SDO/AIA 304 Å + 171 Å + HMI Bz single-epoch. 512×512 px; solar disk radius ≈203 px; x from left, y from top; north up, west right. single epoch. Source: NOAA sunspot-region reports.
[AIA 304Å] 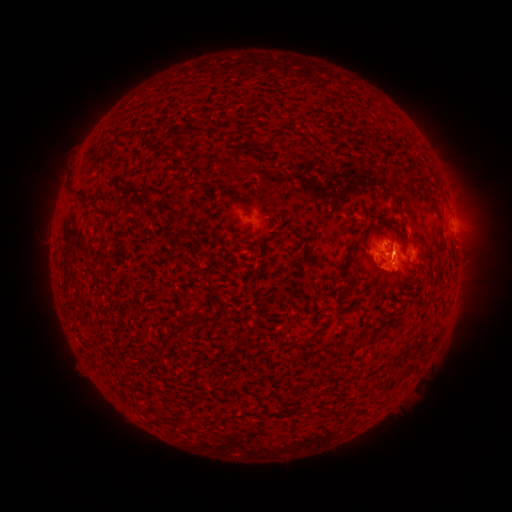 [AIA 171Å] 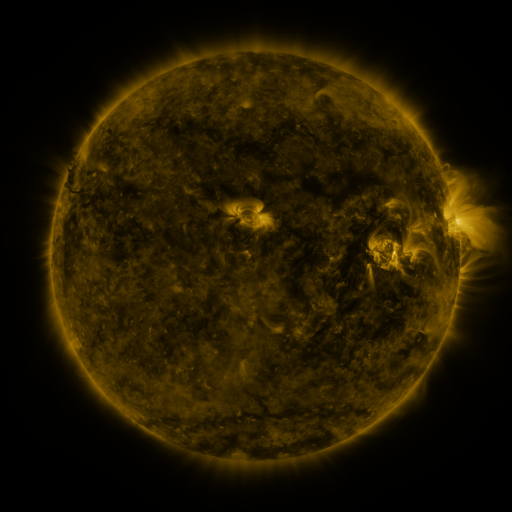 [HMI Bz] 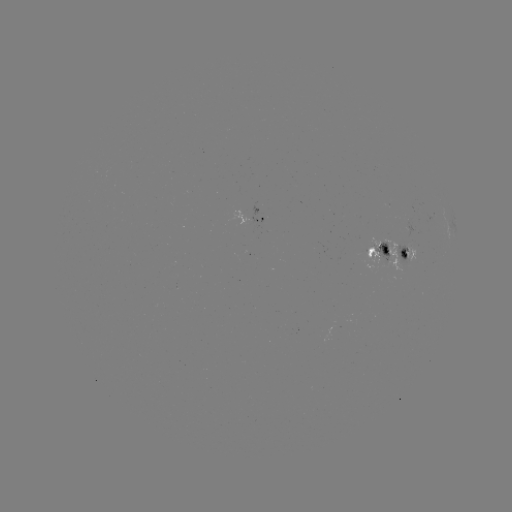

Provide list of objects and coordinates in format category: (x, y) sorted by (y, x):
spotted active region: (256, 220)
spotted active region: (378, 252)
spotted active region: (407, 253)
